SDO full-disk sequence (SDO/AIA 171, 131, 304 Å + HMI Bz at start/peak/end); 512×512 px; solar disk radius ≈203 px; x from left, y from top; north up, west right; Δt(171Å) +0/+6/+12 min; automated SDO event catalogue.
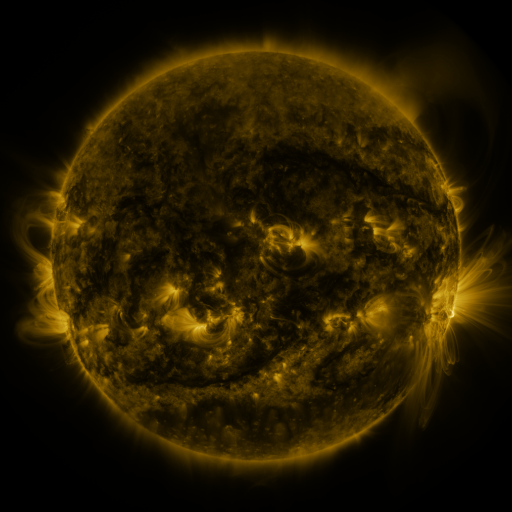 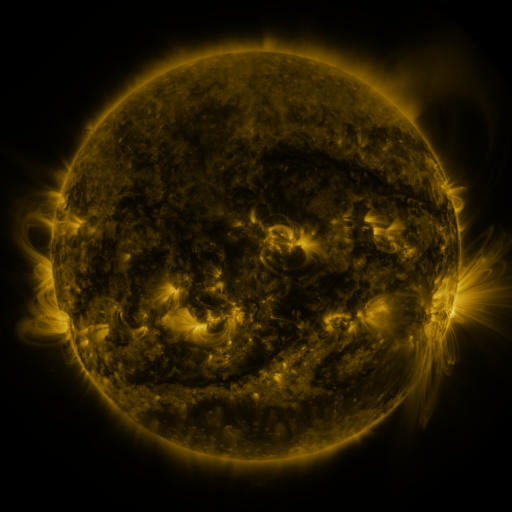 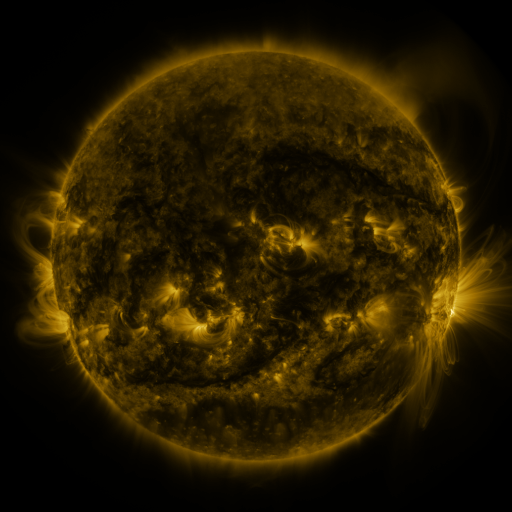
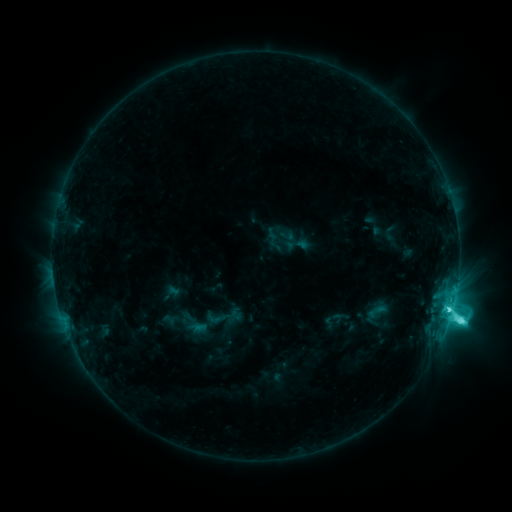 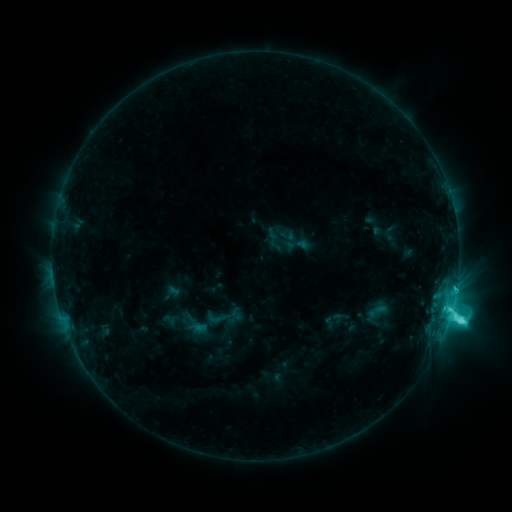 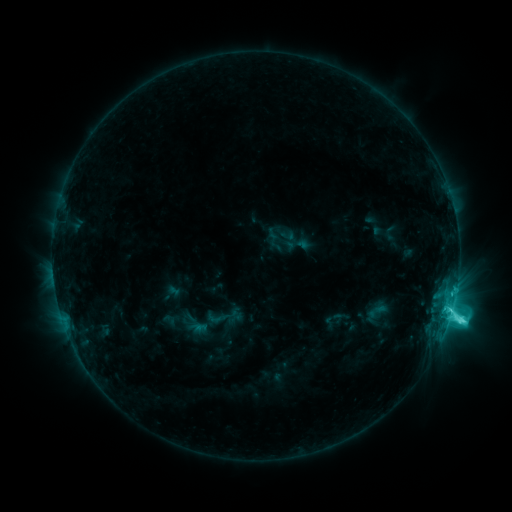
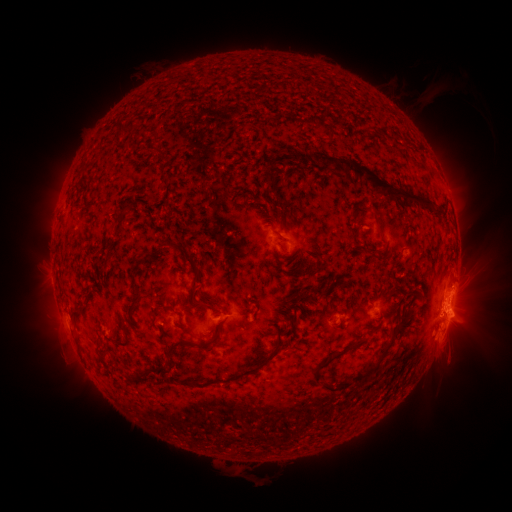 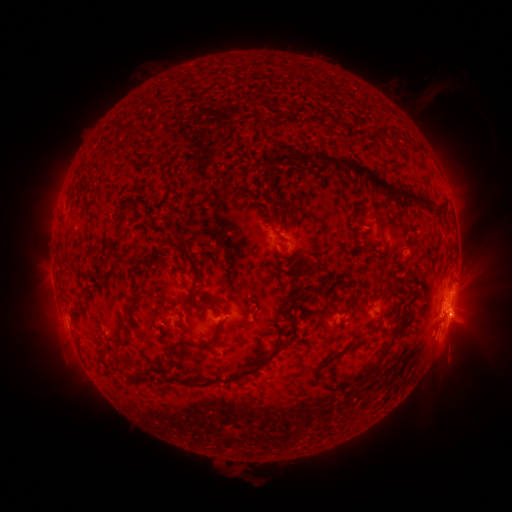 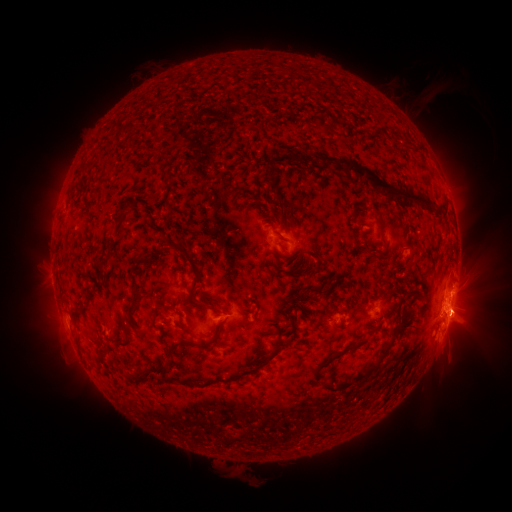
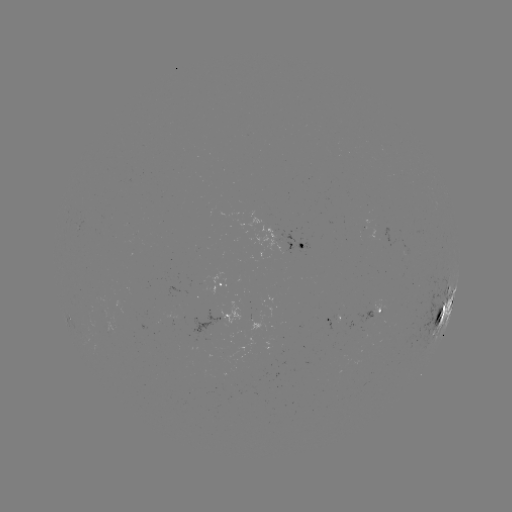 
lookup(eruption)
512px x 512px [466, 316]